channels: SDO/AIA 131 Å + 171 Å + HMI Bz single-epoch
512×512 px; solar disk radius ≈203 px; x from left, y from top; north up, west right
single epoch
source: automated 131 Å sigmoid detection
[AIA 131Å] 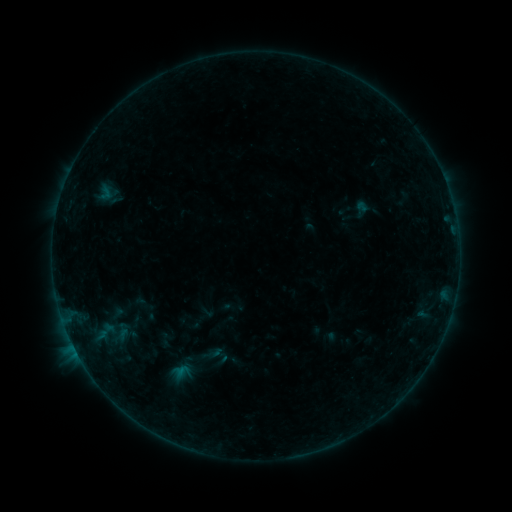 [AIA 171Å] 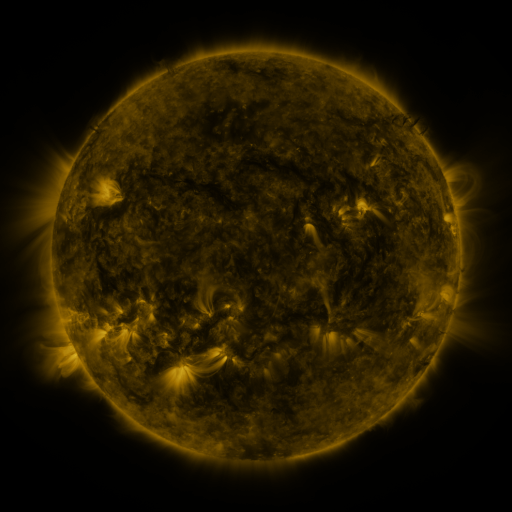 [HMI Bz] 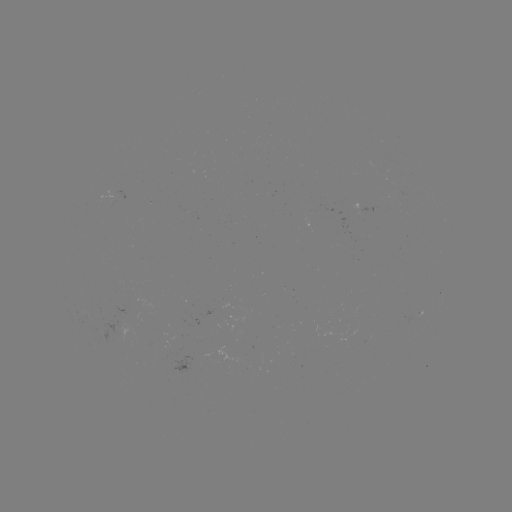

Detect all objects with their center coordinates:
sigmoid: (106, 193)
sigmoid: (182, 373)
